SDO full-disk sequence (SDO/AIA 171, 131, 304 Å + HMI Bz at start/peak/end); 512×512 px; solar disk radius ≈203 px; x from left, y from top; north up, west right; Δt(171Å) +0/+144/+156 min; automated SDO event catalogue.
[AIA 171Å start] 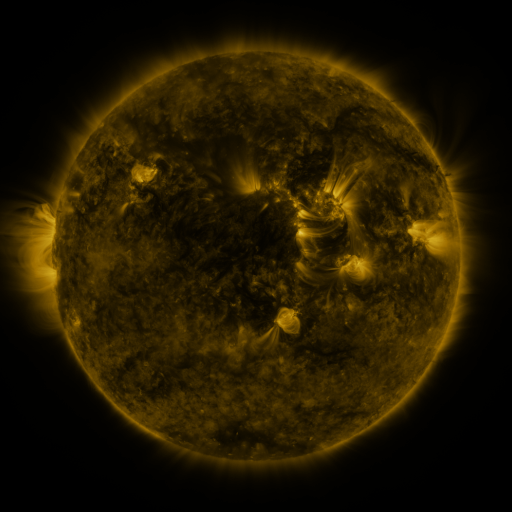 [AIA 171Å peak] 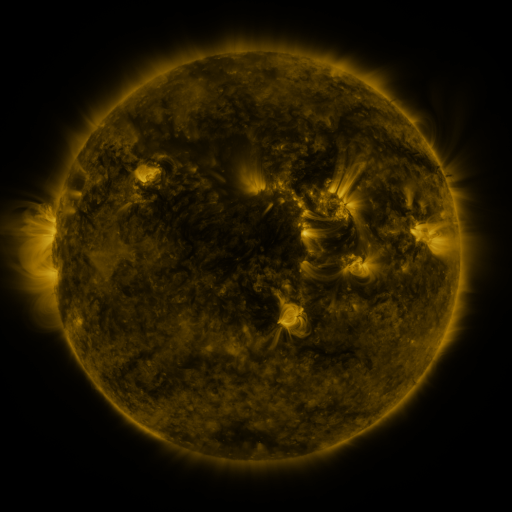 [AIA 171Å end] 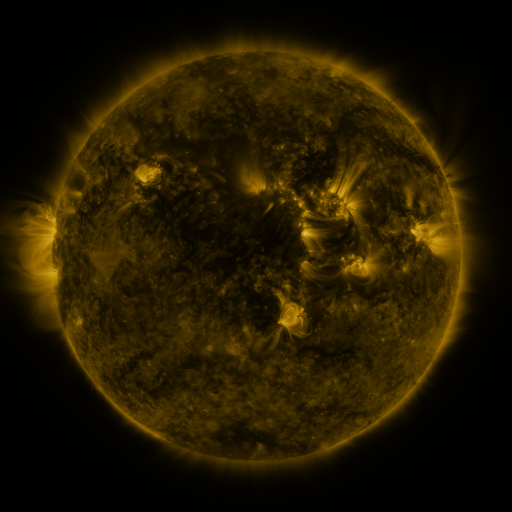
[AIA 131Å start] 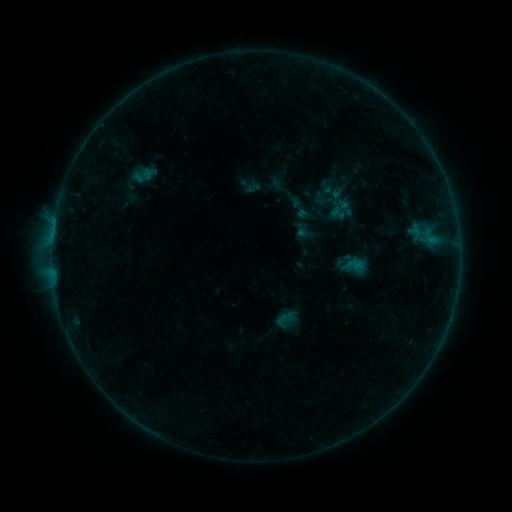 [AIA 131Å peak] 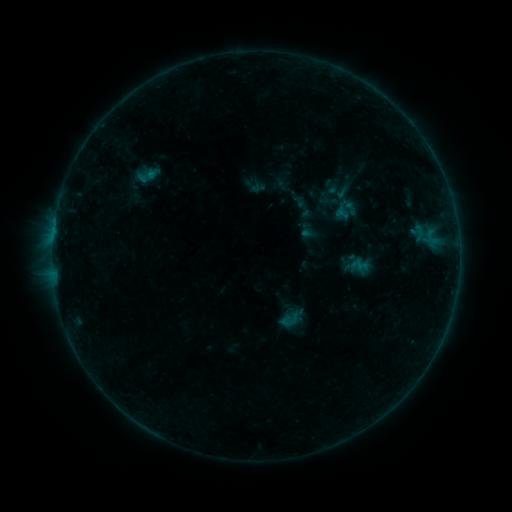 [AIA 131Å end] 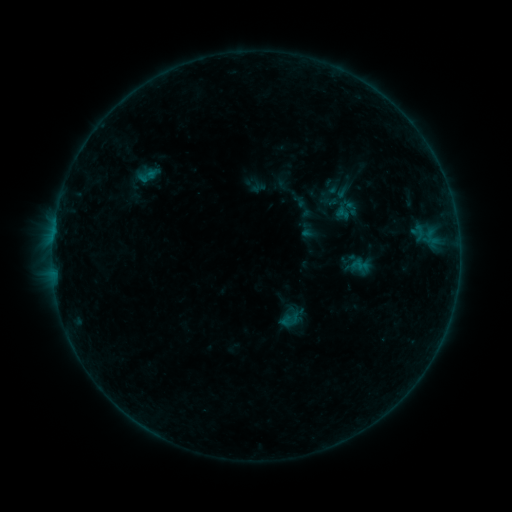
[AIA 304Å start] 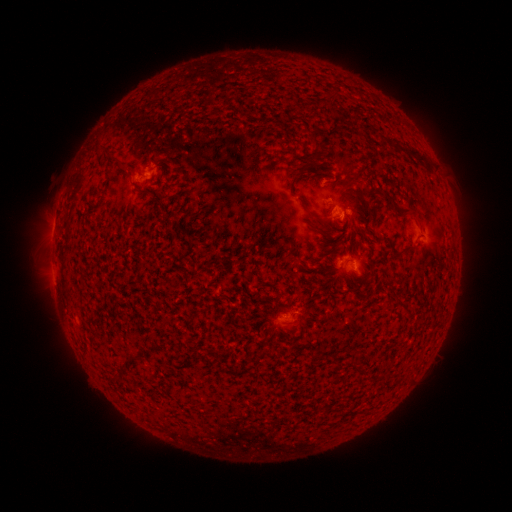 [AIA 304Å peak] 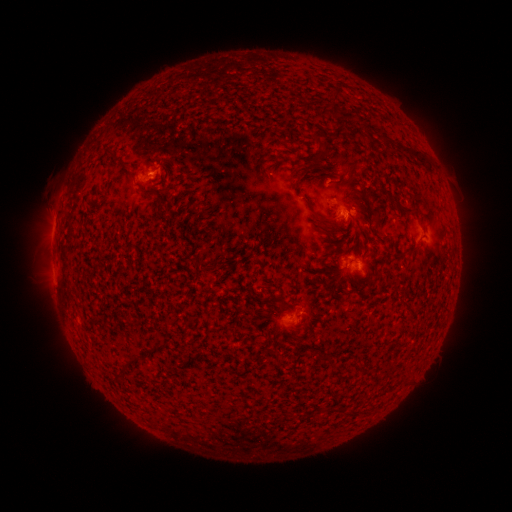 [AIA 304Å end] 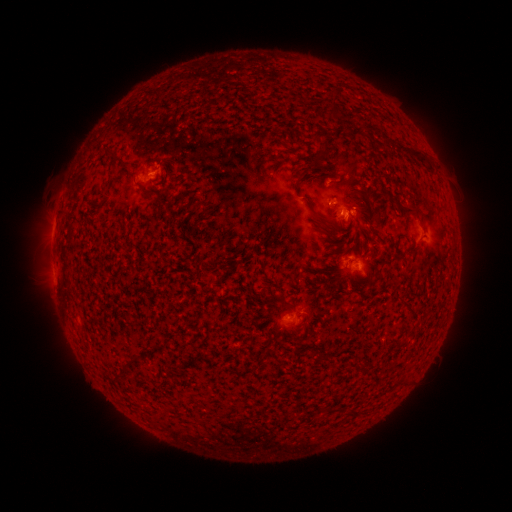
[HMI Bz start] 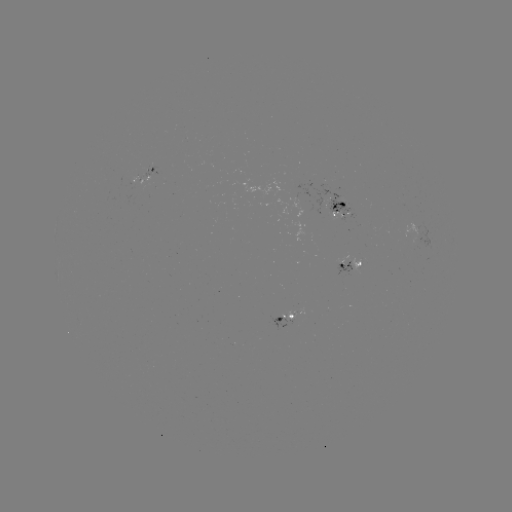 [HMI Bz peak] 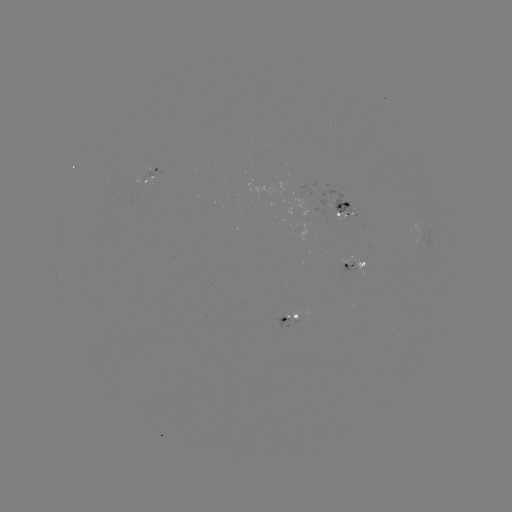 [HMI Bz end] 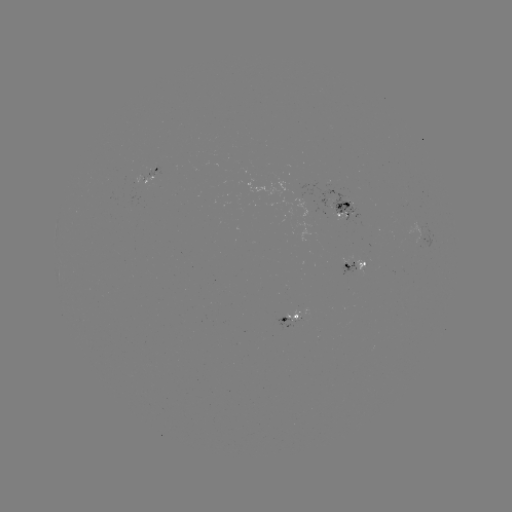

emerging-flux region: <bbox>316, 189, 363, 224</bbox>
